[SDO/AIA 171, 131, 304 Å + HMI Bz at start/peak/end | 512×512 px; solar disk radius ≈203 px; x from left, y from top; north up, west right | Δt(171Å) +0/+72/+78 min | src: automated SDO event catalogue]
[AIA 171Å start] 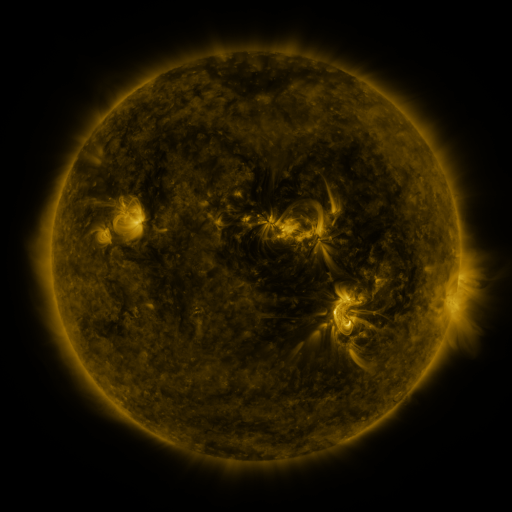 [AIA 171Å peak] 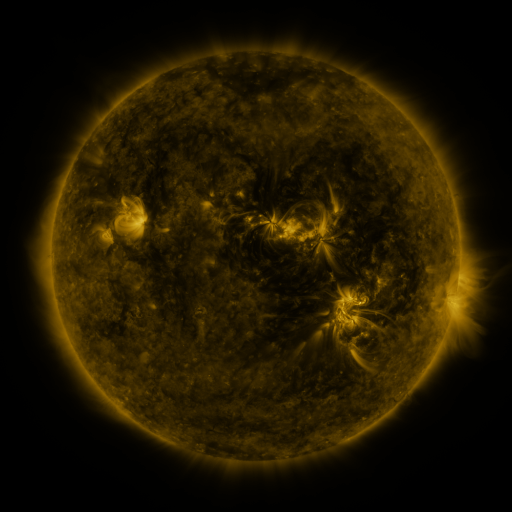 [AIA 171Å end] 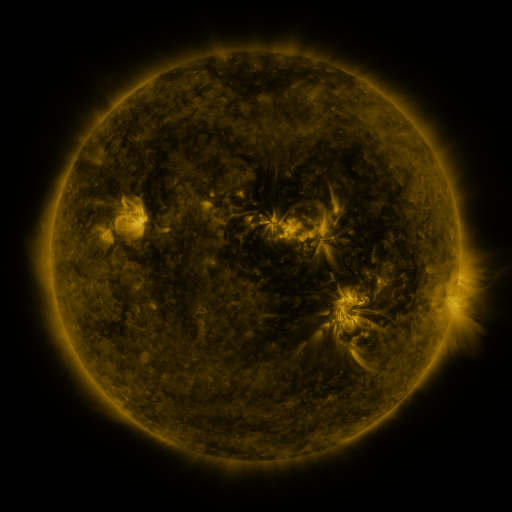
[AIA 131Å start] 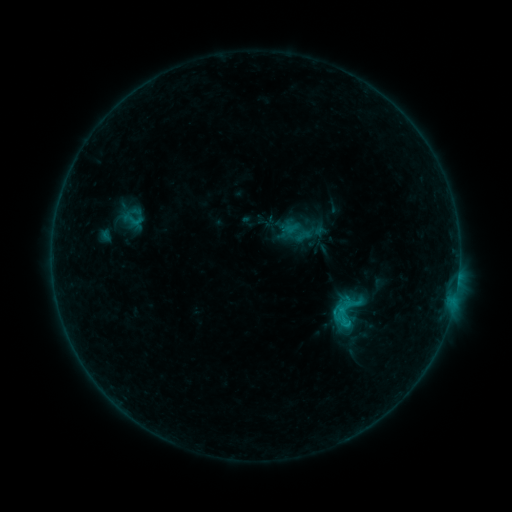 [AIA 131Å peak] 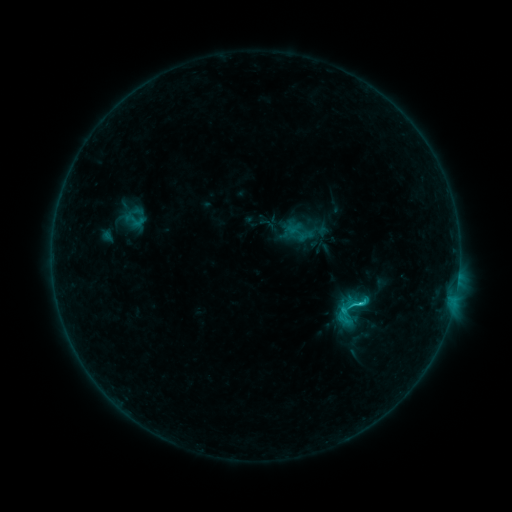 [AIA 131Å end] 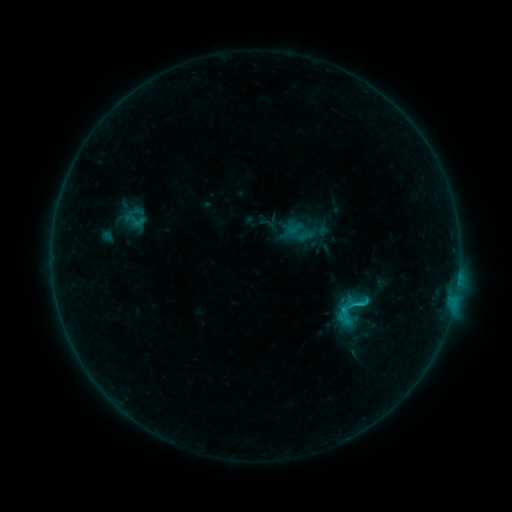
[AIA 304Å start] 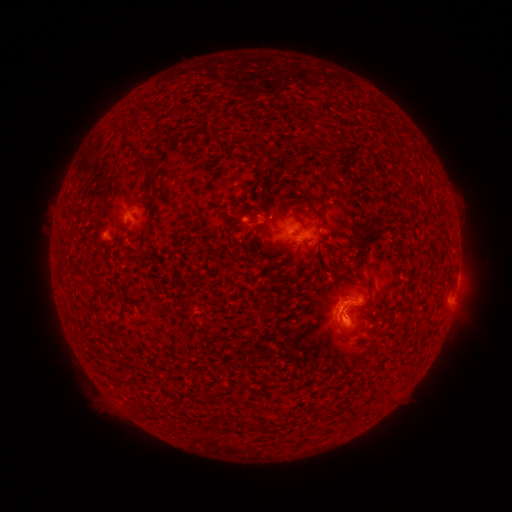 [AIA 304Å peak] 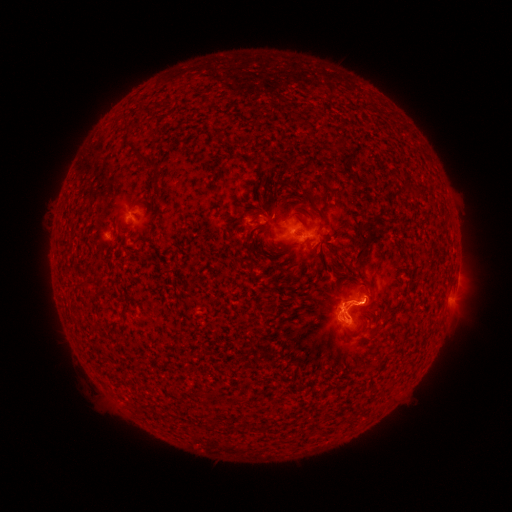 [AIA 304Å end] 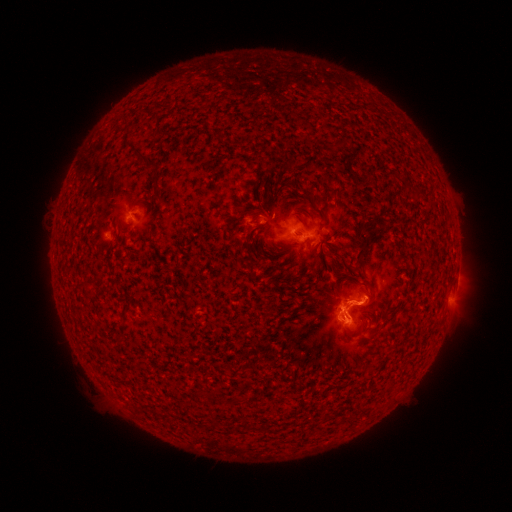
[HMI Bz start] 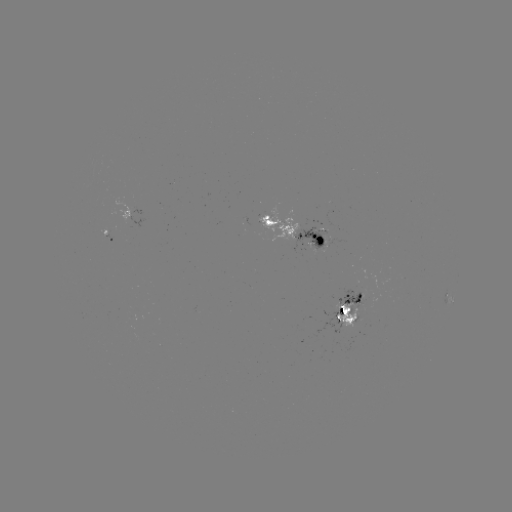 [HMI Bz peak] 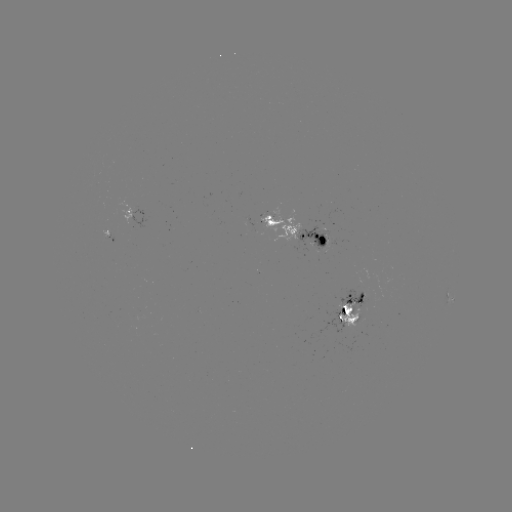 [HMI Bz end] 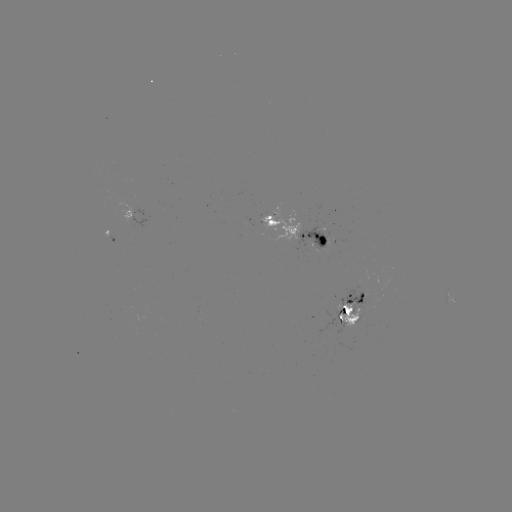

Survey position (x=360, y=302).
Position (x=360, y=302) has C1.5 flare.